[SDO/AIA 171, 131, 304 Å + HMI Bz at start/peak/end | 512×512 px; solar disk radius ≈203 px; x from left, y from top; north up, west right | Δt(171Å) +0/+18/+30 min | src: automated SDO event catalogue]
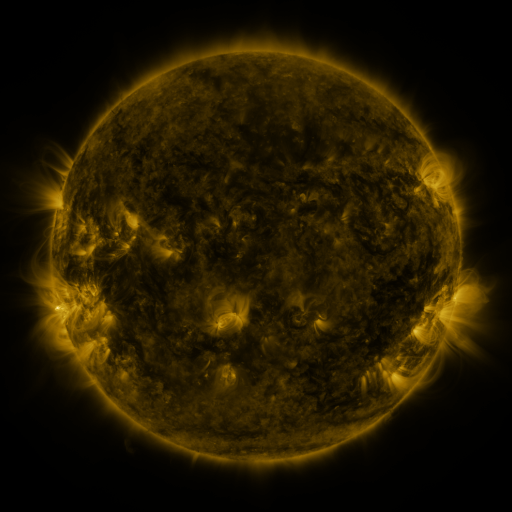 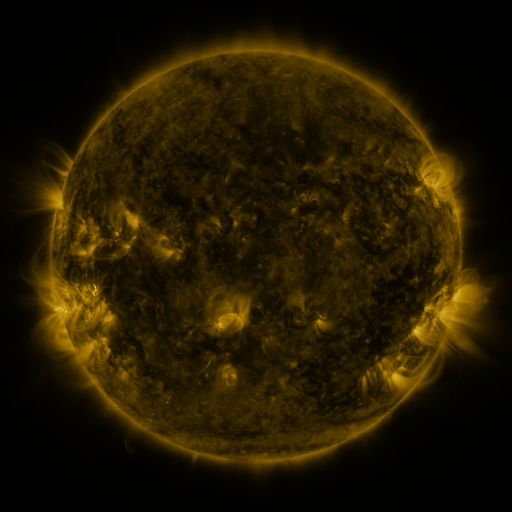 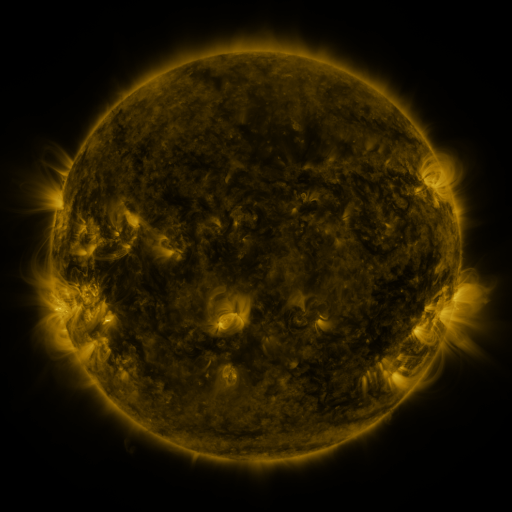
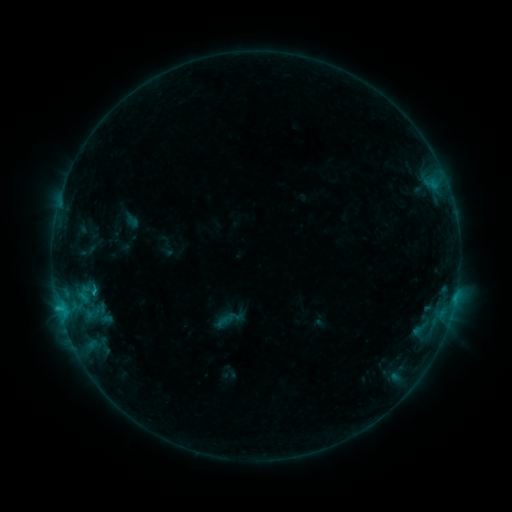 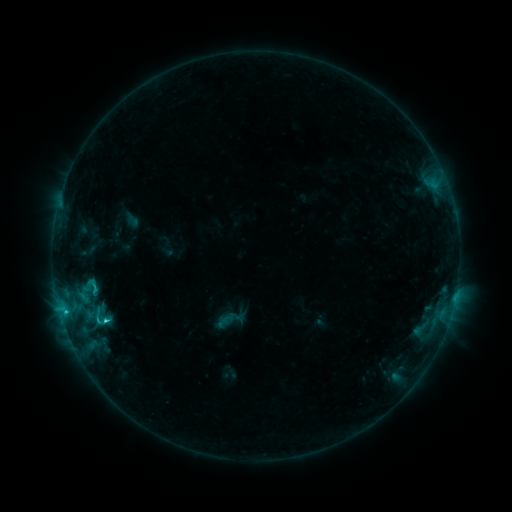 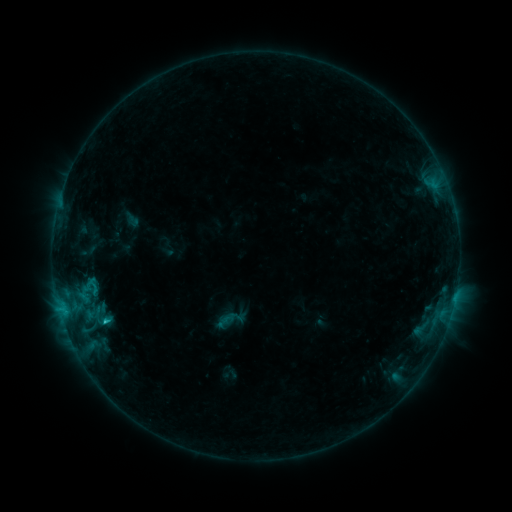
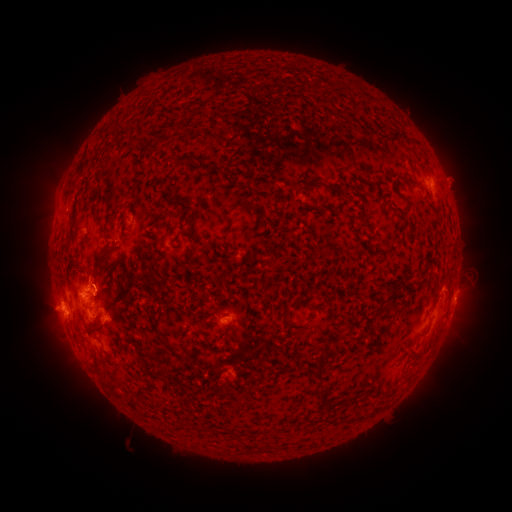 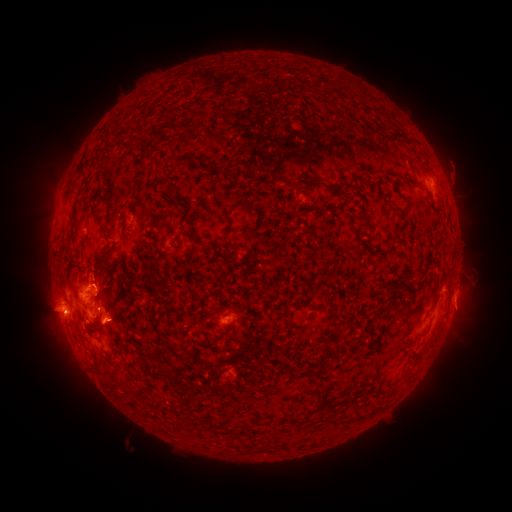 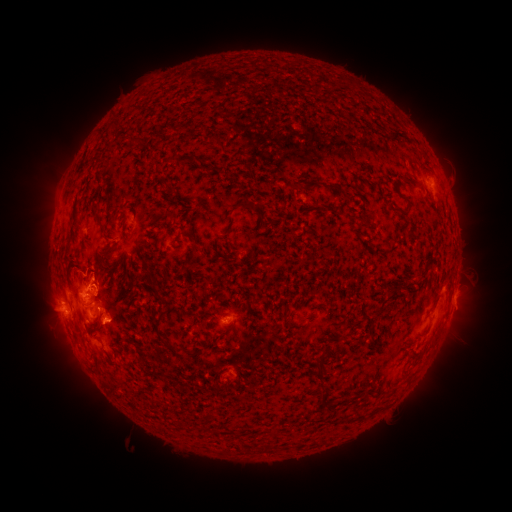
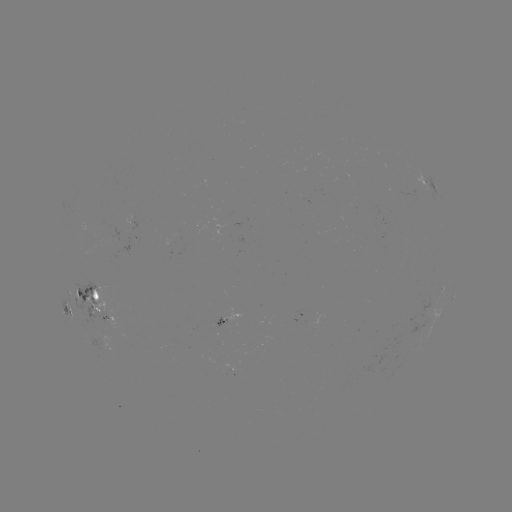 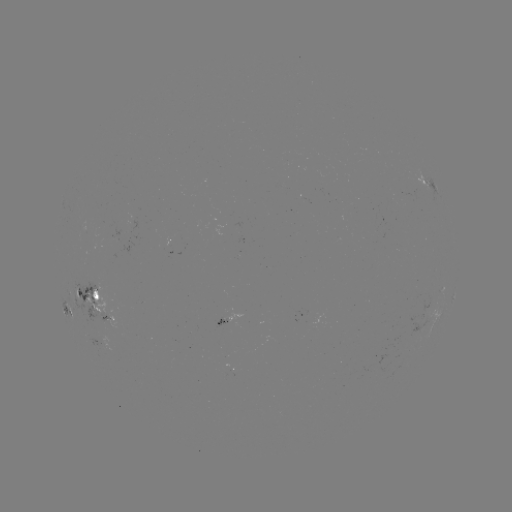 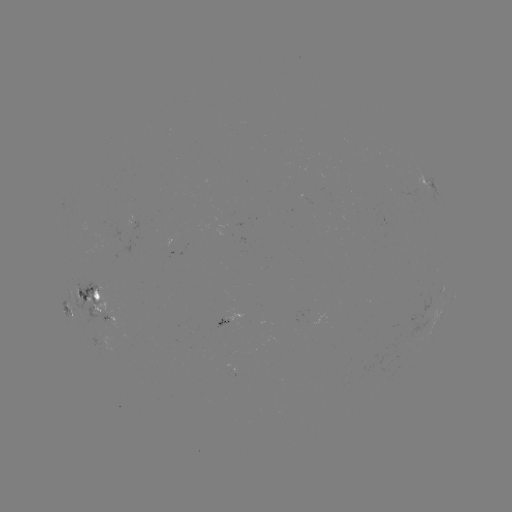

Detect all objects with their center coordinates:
C2.1 flare: (105, 319)
